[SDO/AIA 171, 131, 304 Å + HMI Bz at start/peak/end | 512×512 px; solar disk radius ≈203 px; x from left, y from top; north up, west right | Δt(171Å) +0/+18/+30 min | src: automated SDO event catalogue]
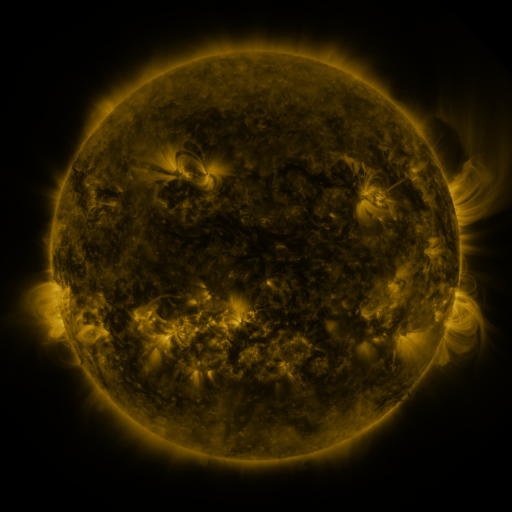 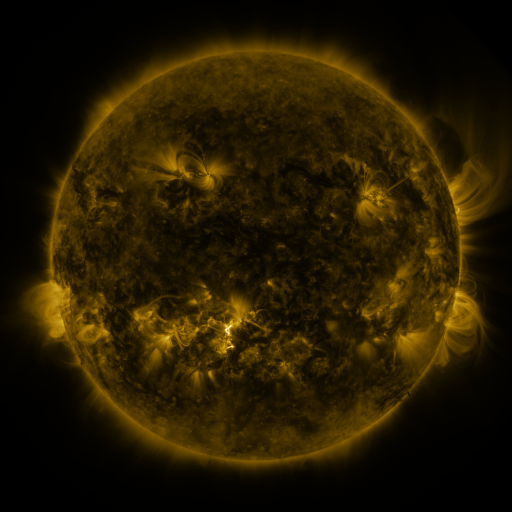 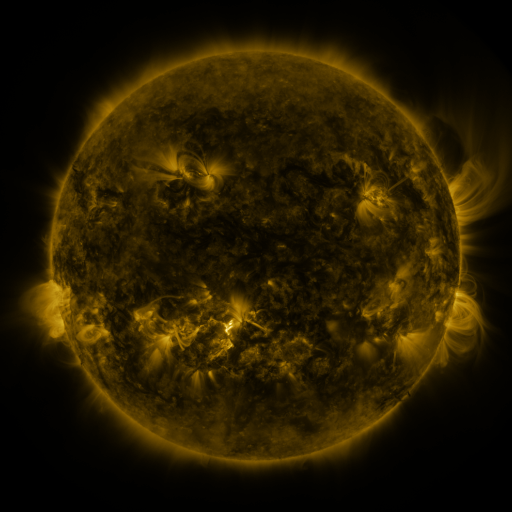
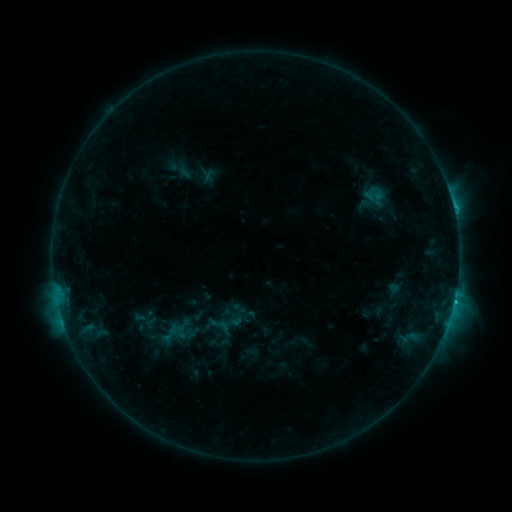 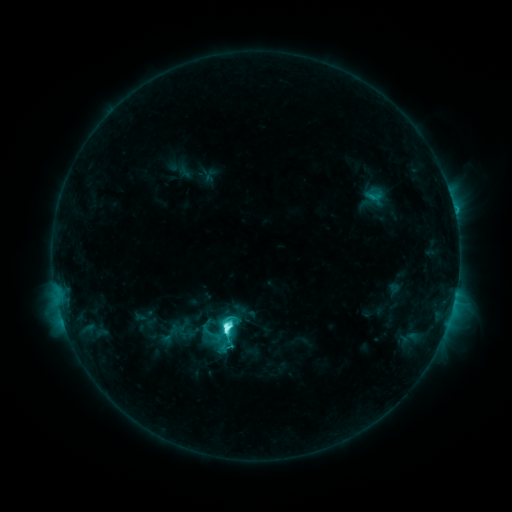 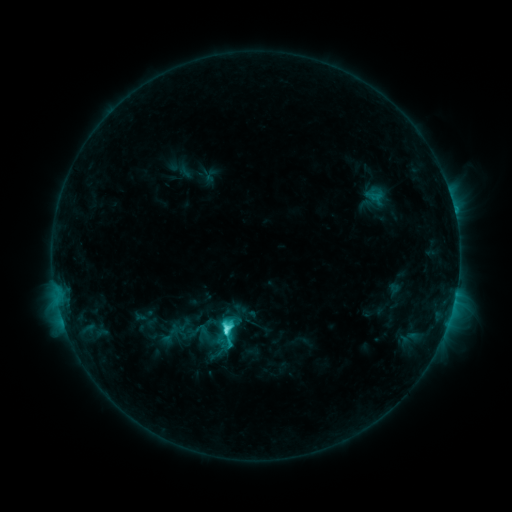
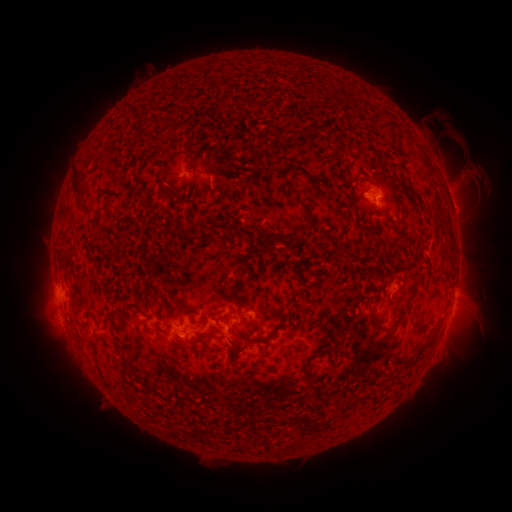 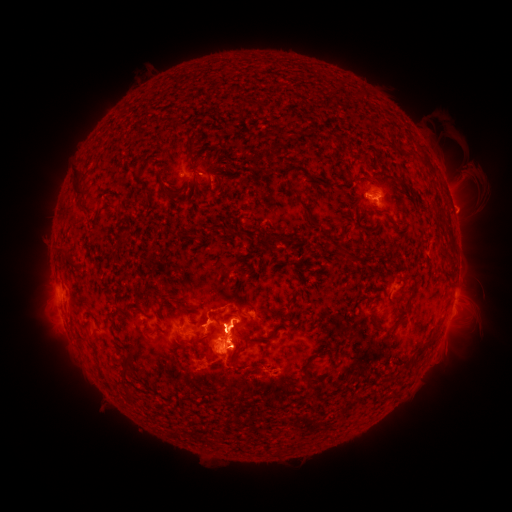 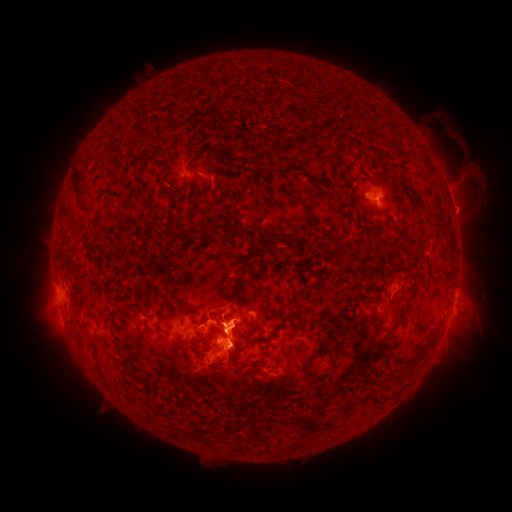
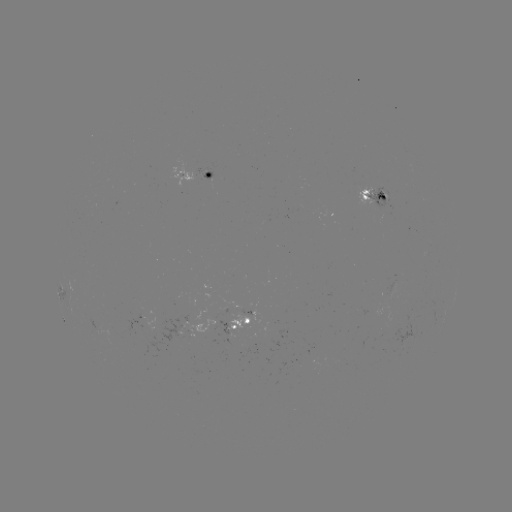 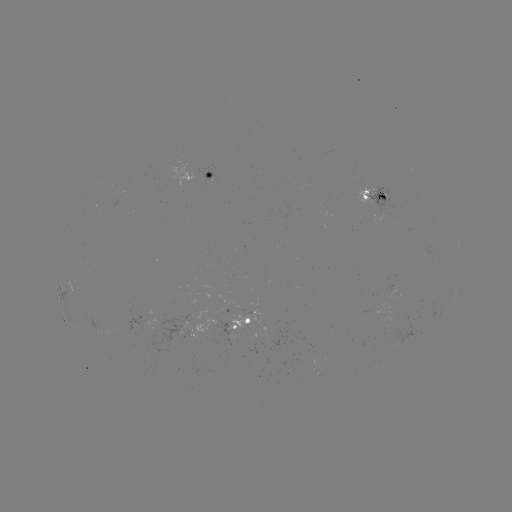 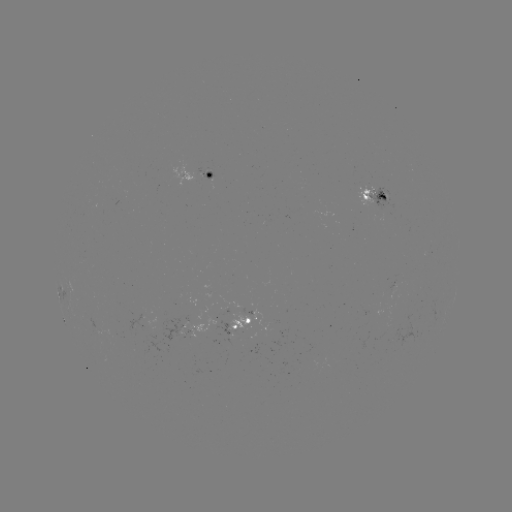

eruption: [129, 253, 320, 422]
